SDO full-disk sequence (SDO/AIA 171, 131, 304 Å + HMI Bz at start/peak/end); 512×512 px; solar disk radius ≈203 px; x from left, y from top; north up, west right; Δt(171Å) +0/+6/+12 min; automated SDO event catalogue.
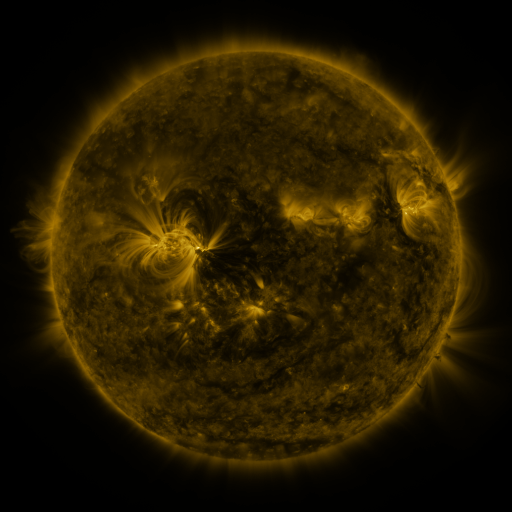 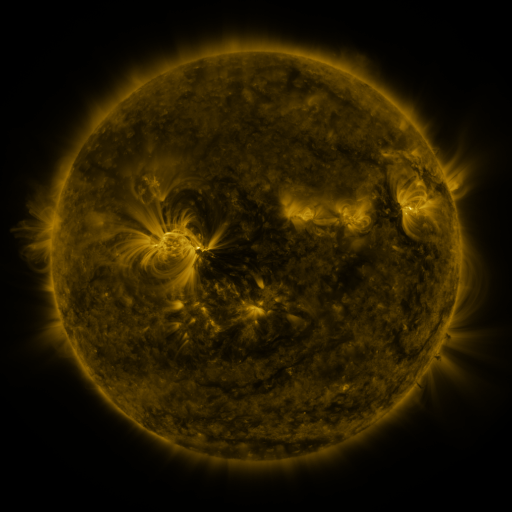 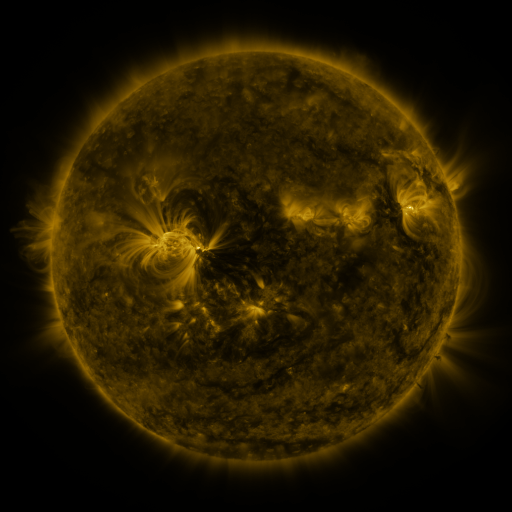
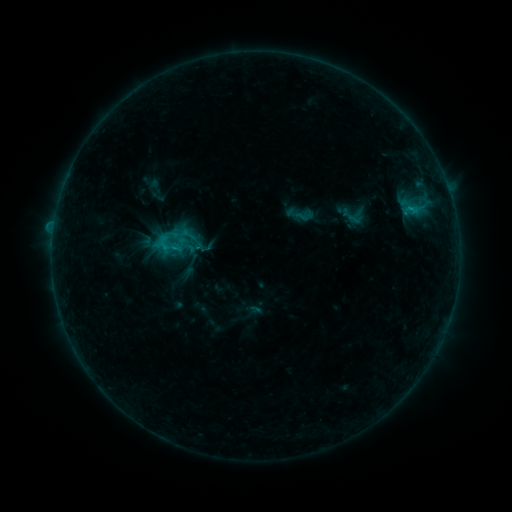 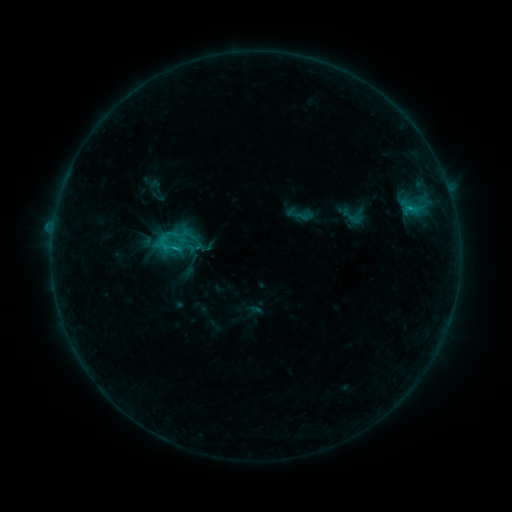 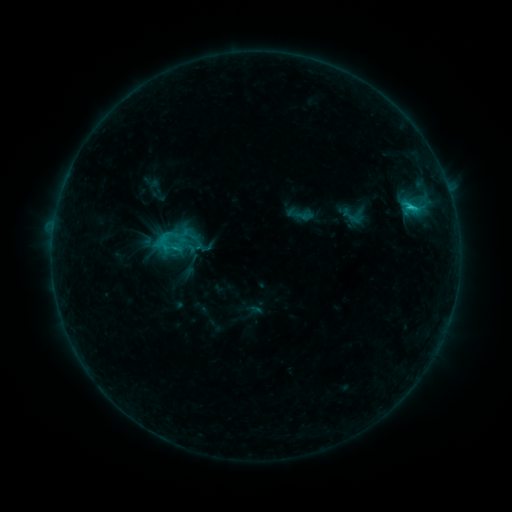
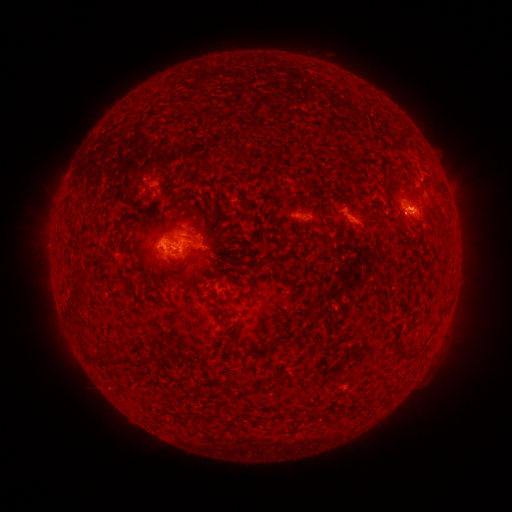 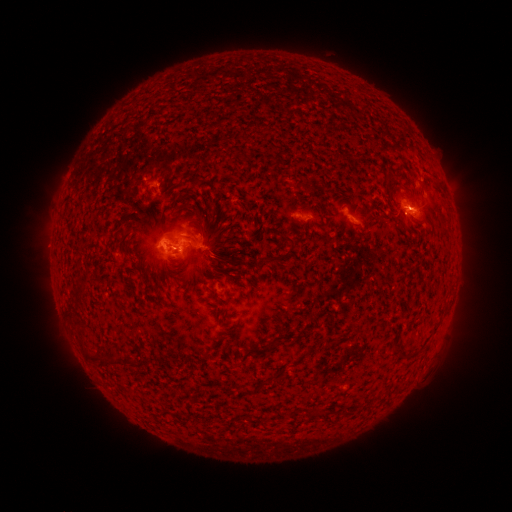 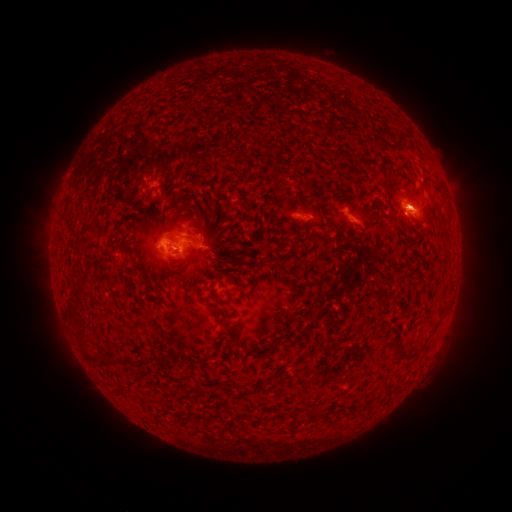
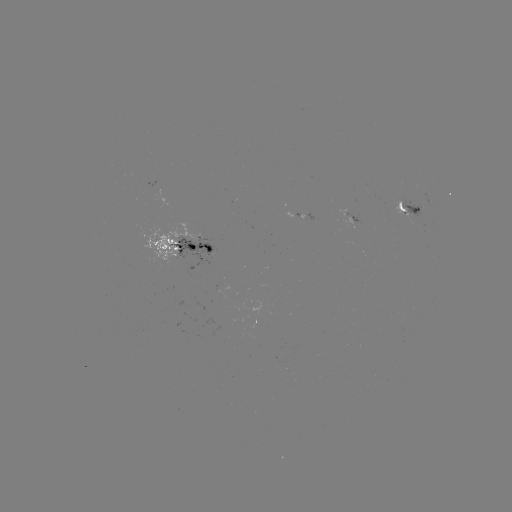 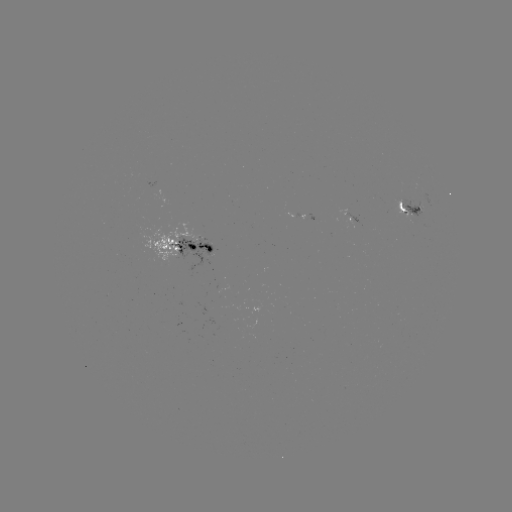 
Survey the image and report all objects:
C2.0 flare: (410, 208)
